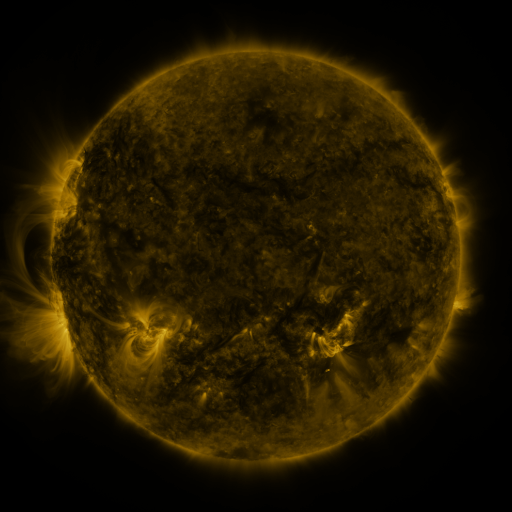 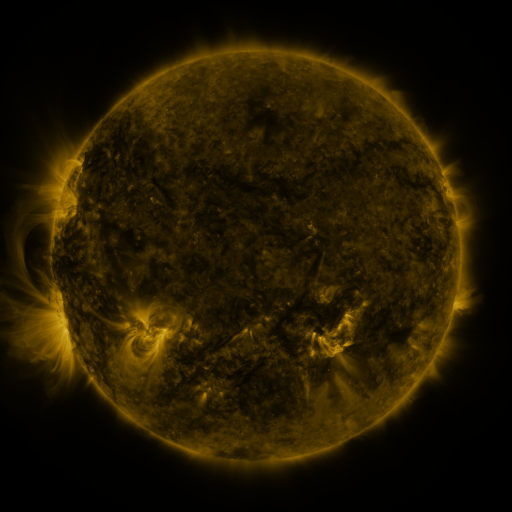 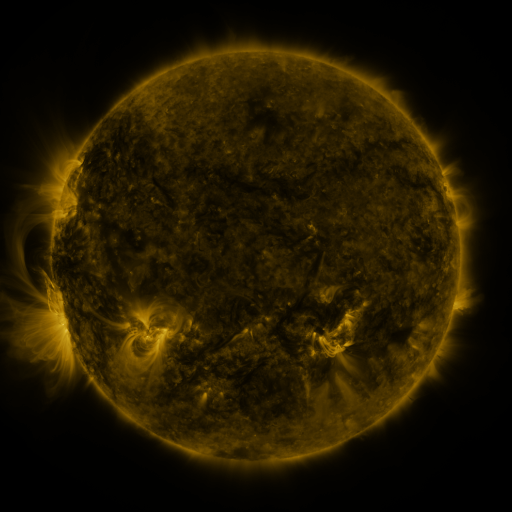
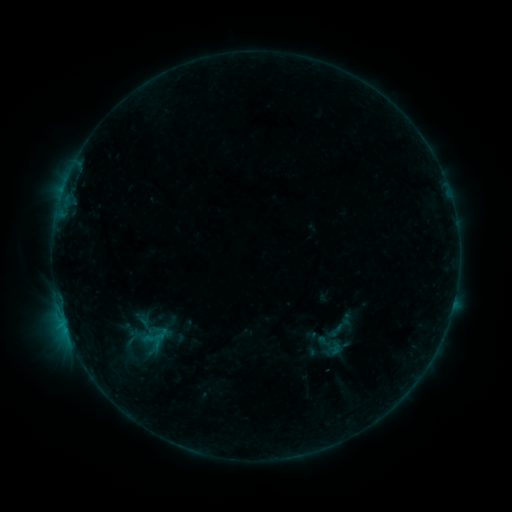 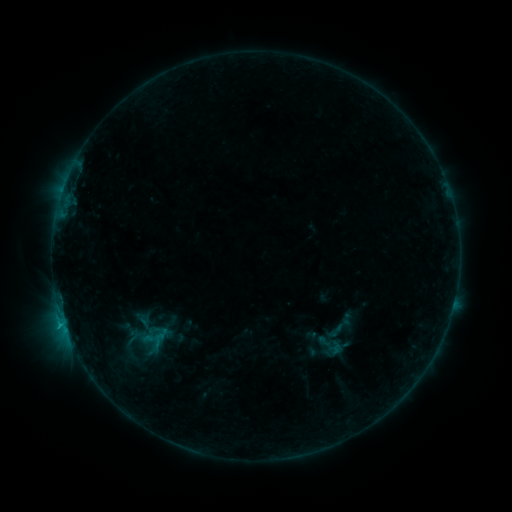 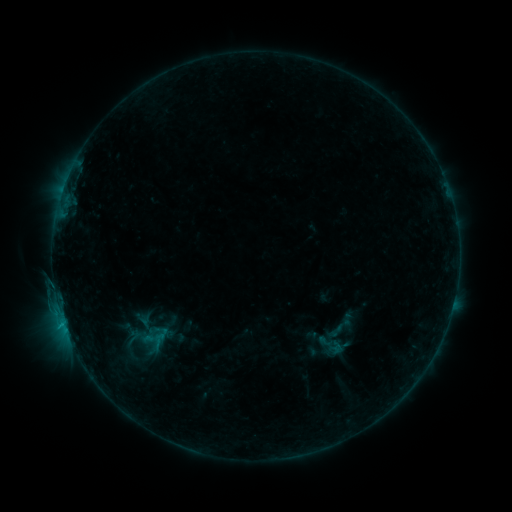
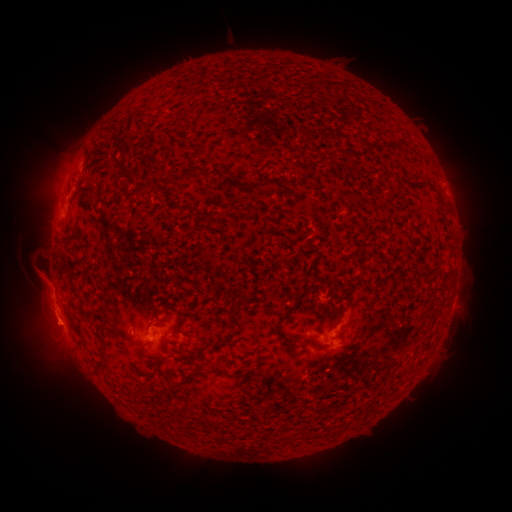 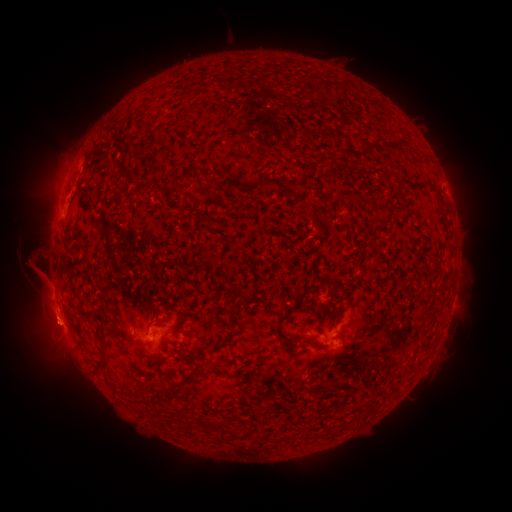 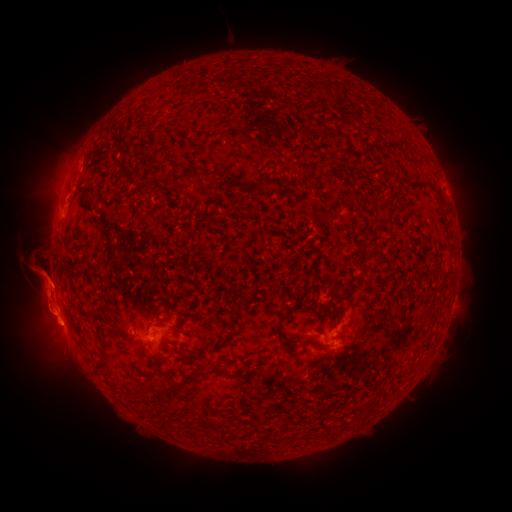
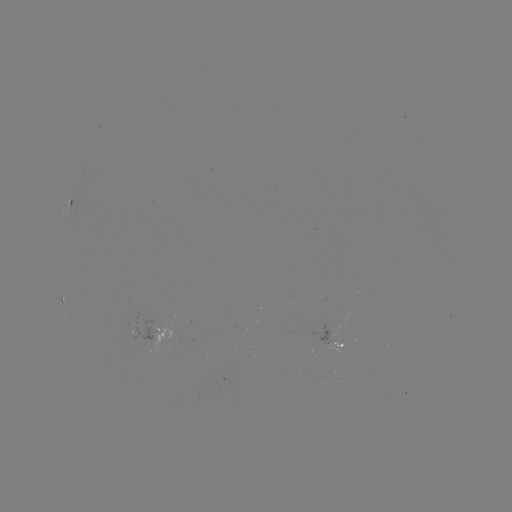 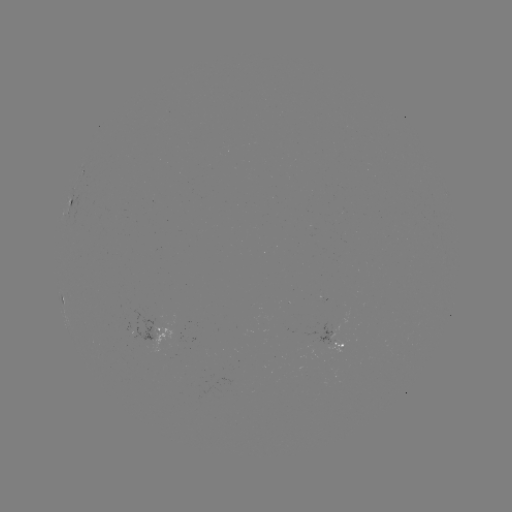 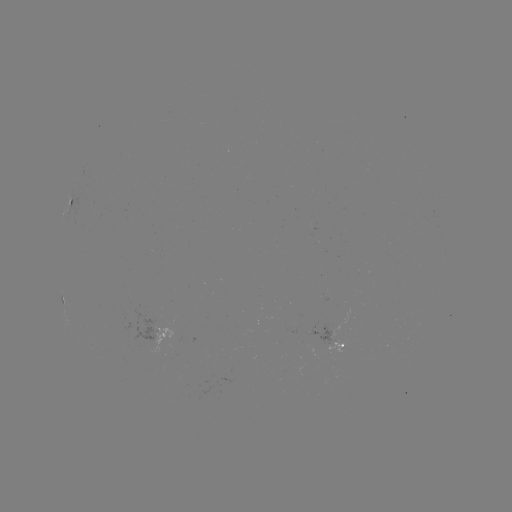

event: flare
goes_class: B7.3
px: (64, 322)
